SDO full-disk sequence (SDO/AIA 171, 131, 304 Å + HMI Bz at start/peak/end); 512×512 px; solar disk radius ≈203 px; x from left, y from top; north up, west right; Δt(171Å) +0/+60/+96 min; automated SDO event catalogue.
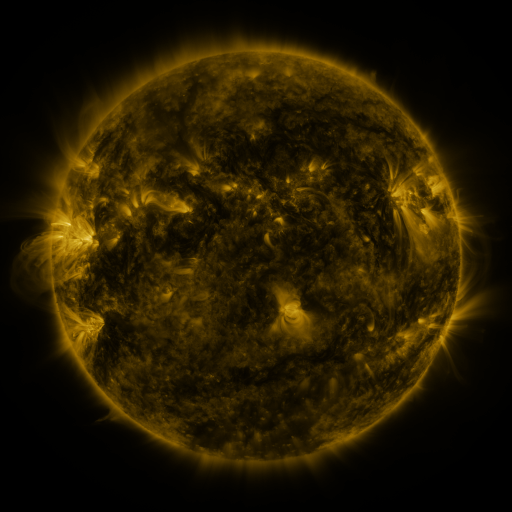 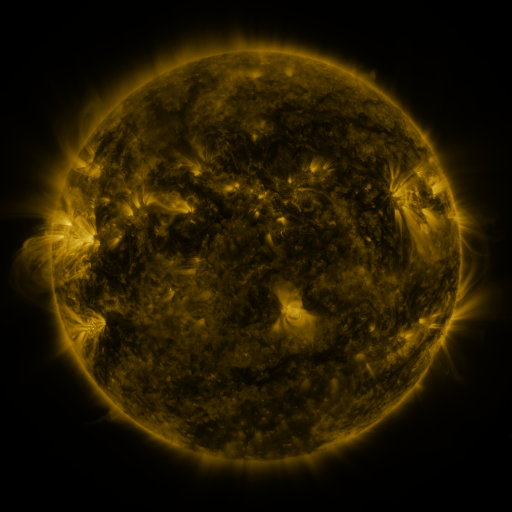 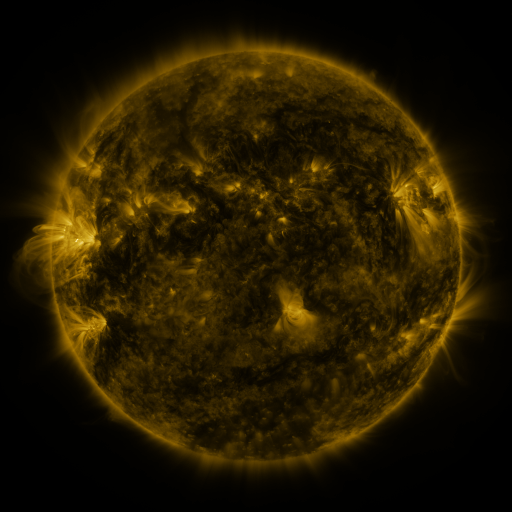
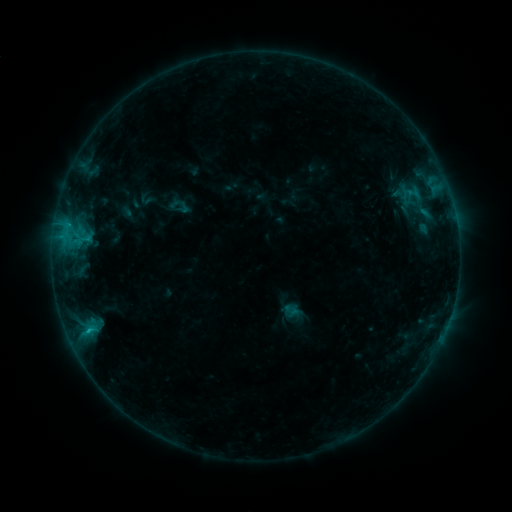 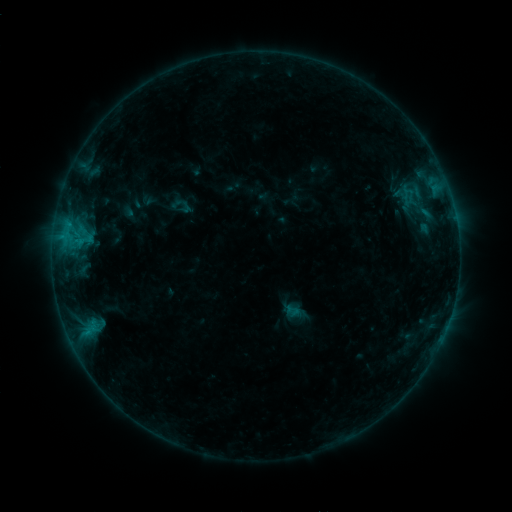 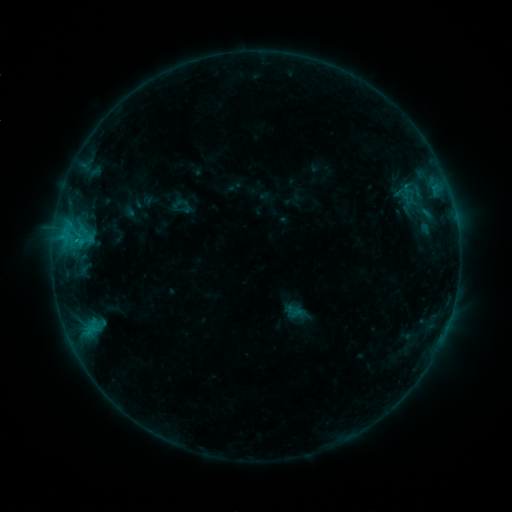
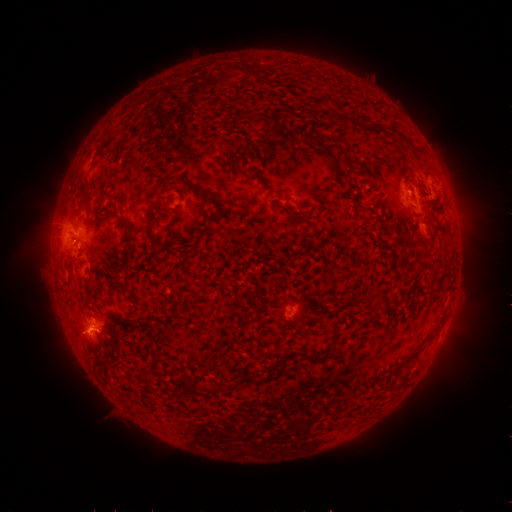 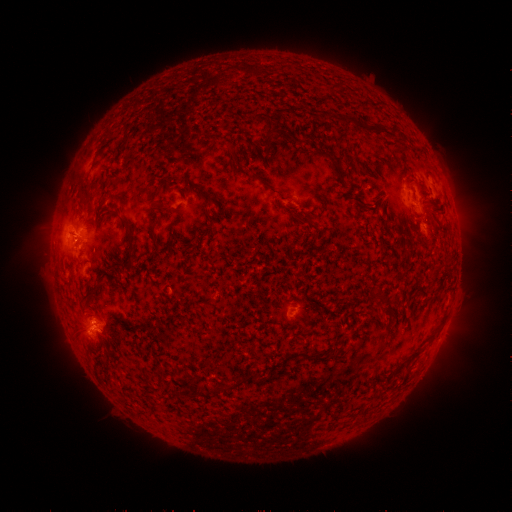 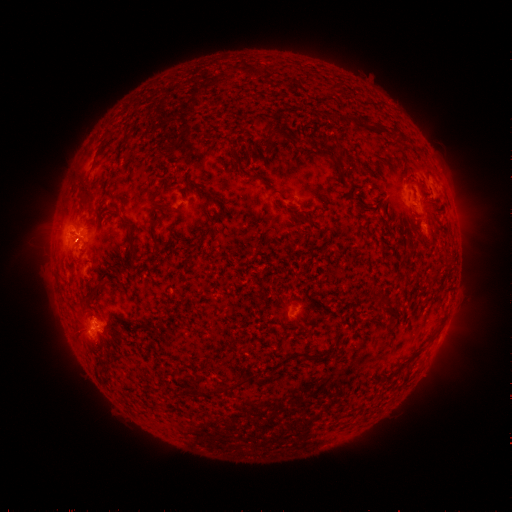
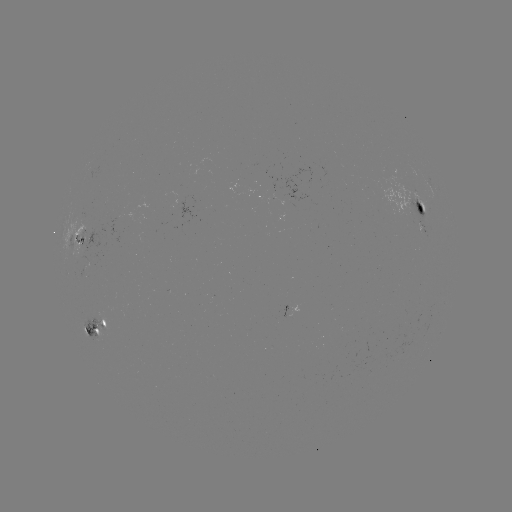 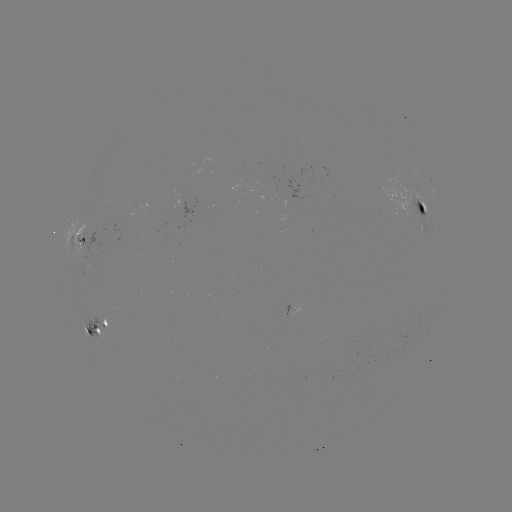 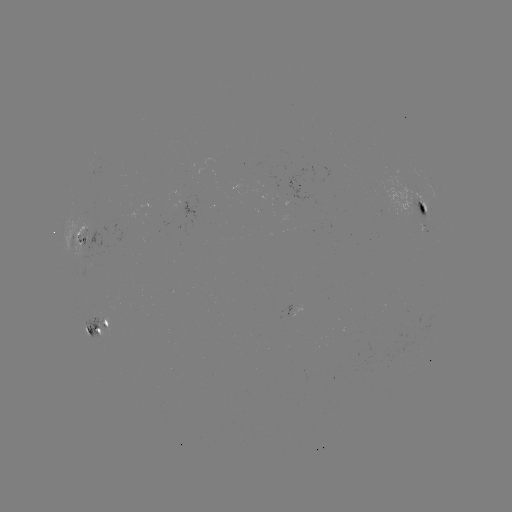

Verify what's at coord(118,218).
emerging-flux region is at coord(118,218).